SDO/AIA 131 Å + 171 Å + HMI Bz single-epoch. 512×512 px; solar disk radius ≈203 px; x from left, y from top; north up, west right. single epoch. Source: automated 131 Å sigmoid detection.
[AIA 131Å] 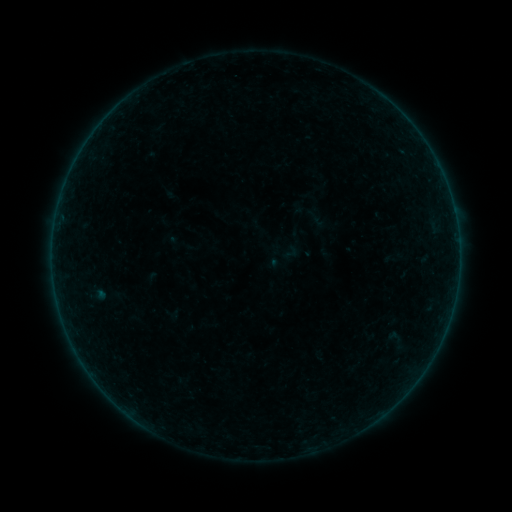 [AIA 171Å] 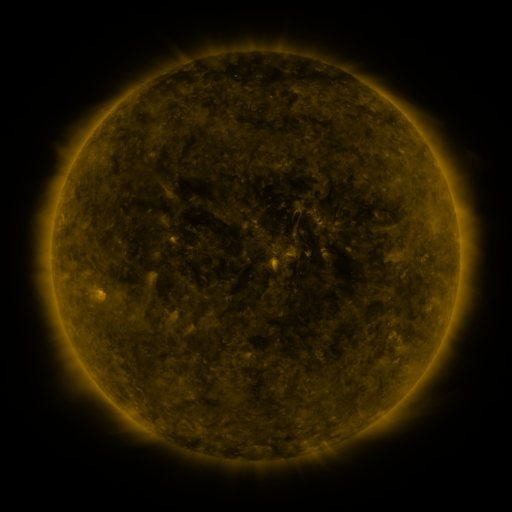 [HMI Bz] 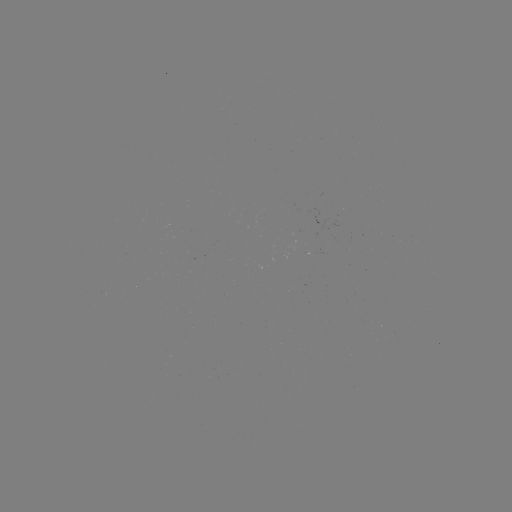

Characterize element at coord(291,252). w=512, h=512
sigmoid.